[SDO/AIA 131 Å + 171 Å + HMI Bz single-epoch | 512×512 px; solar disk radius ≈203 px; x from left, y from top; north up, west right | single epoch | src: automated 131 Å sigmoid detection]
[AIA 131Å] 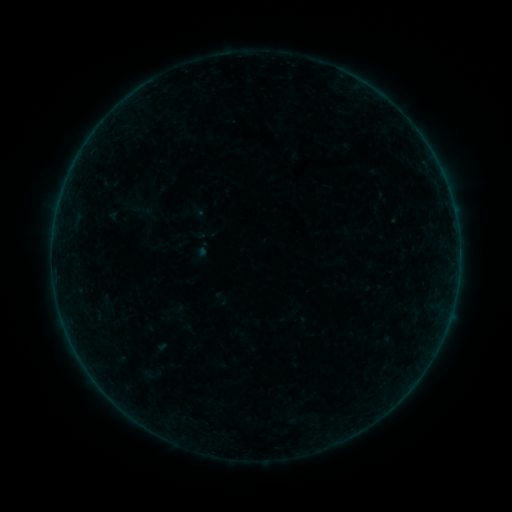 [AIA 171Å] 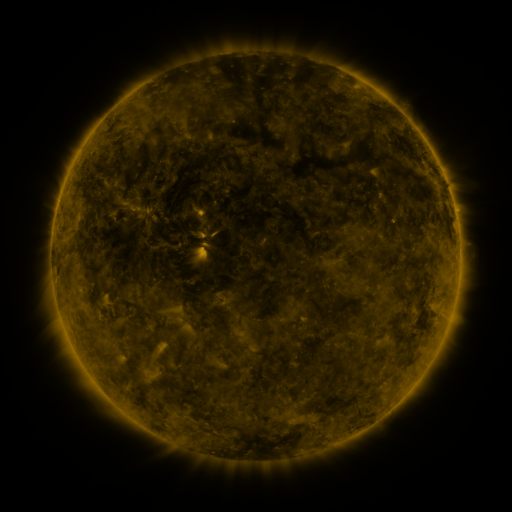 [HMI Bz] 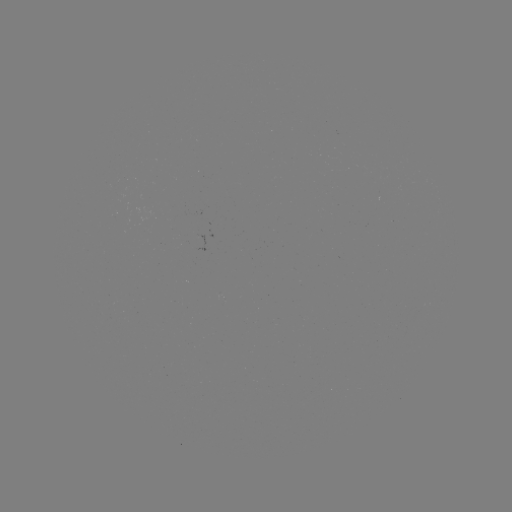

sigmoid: [127, 193, 154, 223]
